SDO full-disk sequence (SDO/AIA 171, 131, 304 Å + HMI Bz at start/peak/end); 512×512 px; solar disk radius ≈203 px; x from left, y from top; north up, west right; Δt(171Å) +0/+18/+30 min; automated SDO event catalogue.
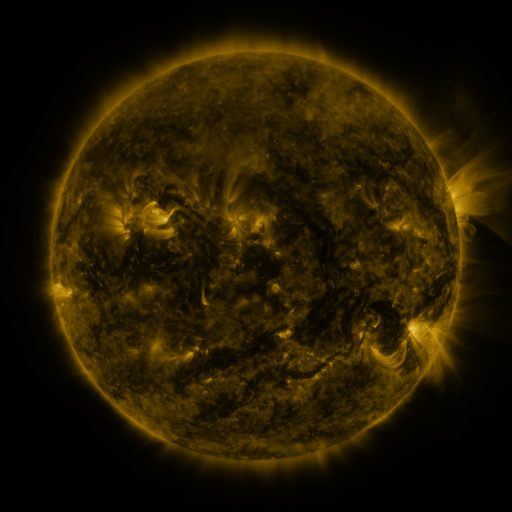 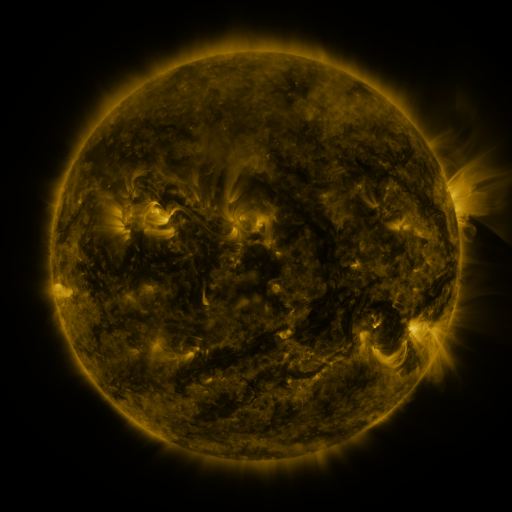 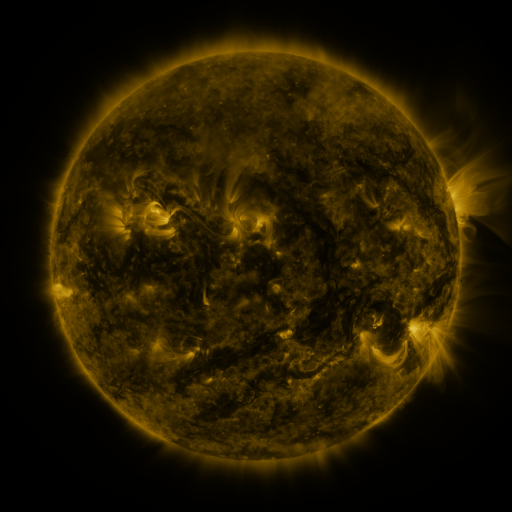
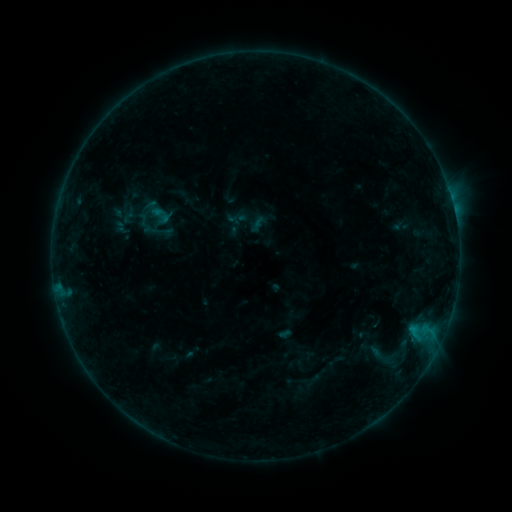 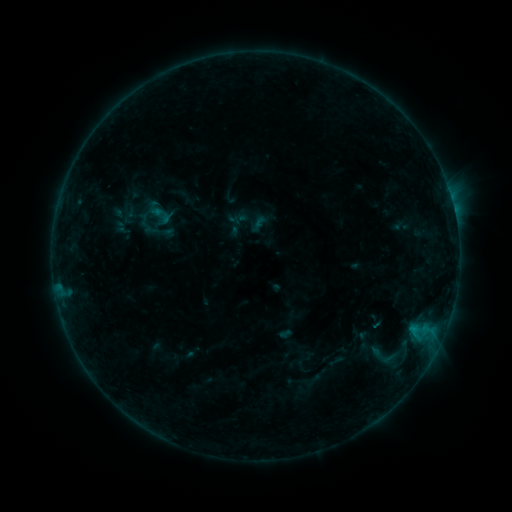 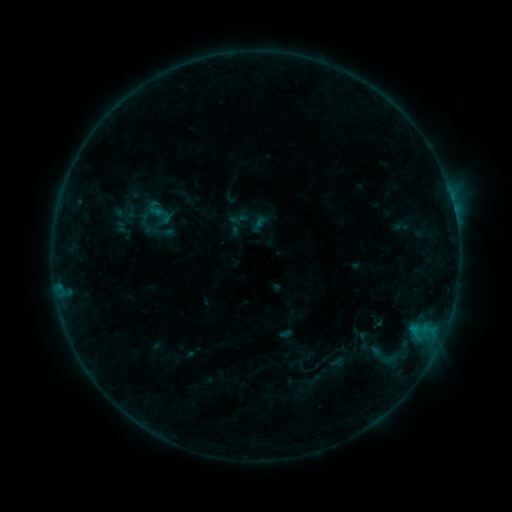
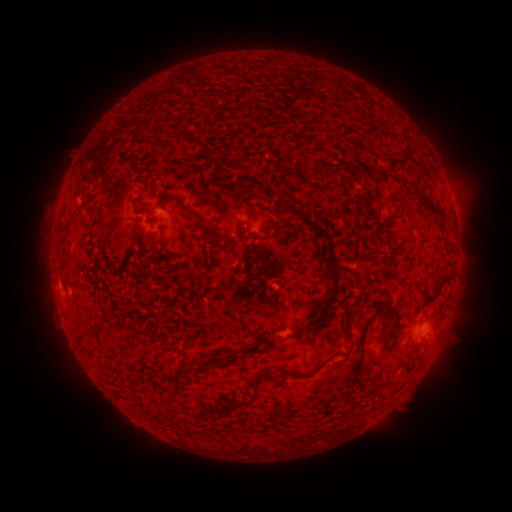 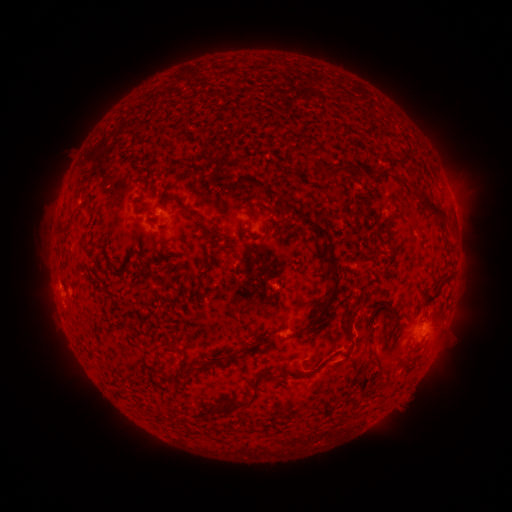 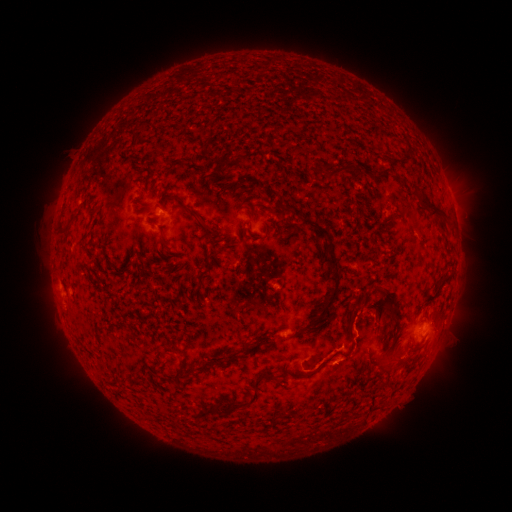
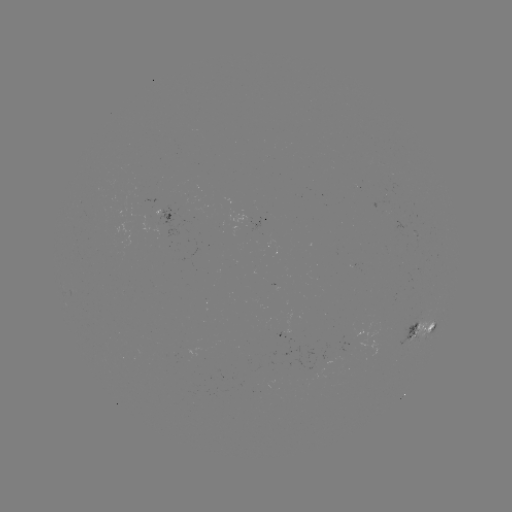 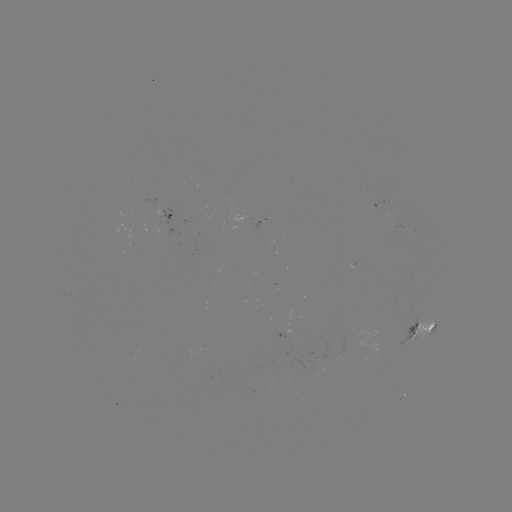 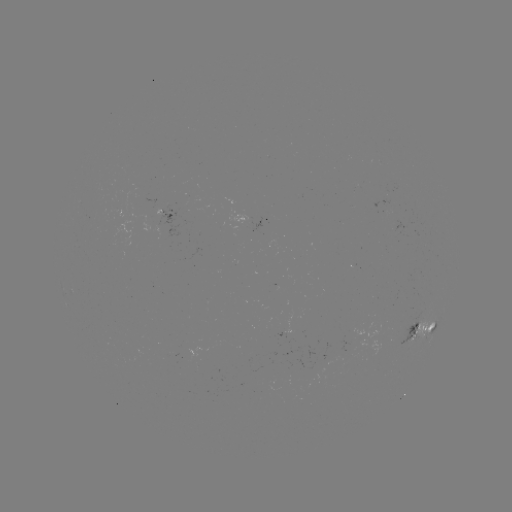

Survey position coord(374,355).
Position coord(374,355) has eruption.